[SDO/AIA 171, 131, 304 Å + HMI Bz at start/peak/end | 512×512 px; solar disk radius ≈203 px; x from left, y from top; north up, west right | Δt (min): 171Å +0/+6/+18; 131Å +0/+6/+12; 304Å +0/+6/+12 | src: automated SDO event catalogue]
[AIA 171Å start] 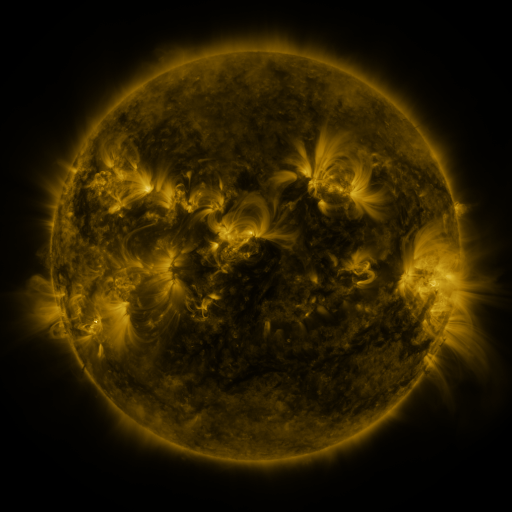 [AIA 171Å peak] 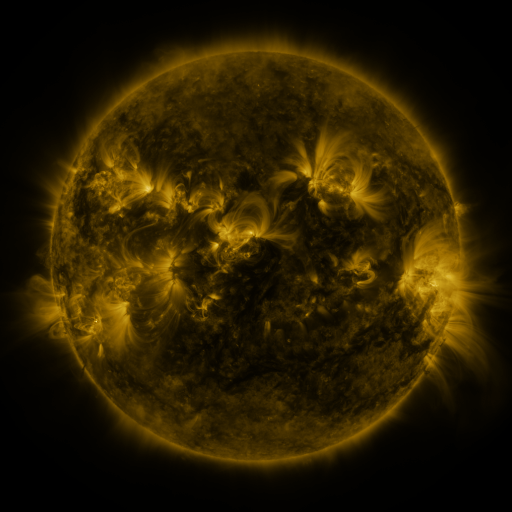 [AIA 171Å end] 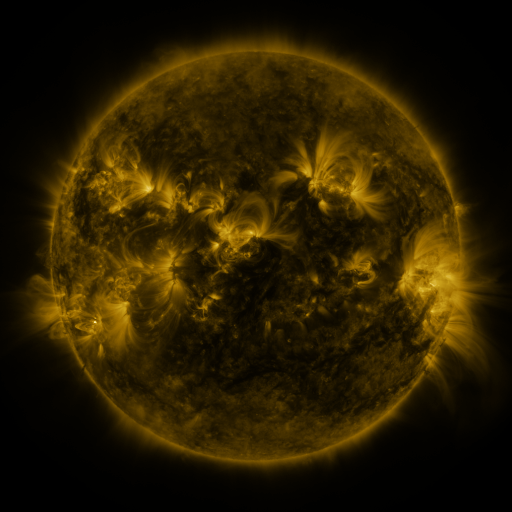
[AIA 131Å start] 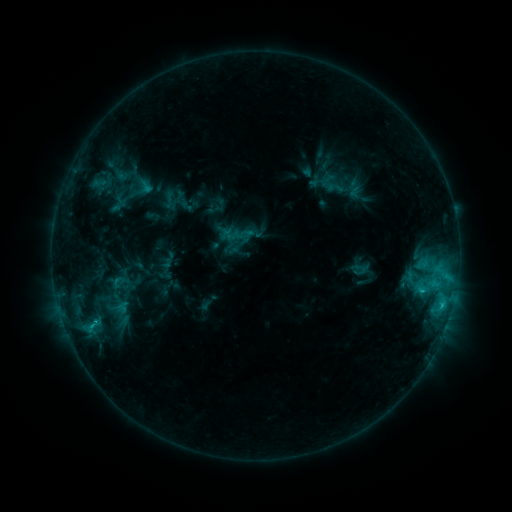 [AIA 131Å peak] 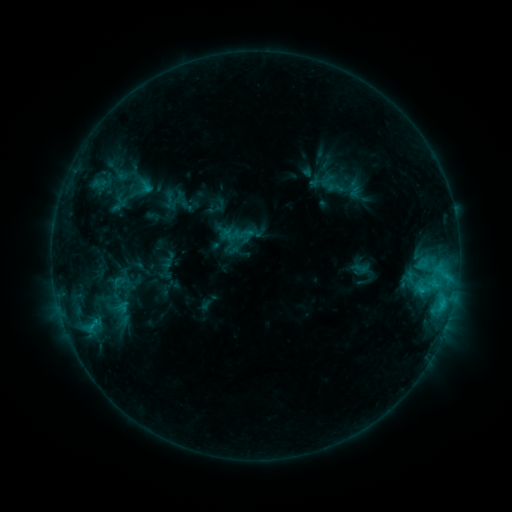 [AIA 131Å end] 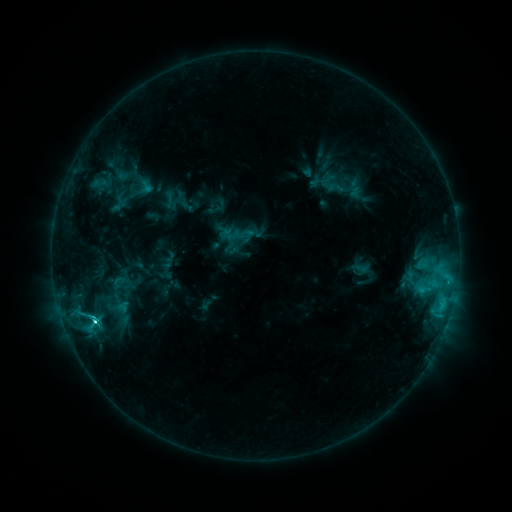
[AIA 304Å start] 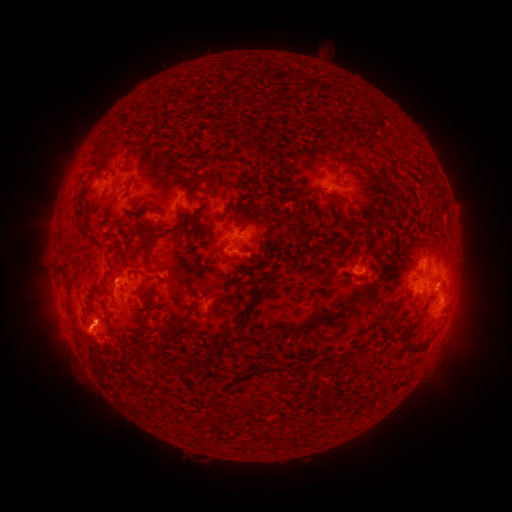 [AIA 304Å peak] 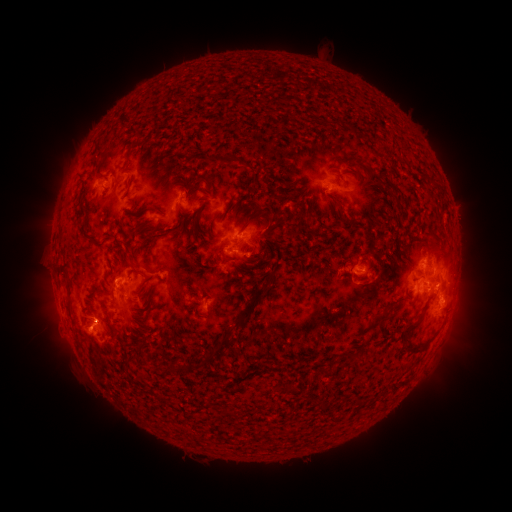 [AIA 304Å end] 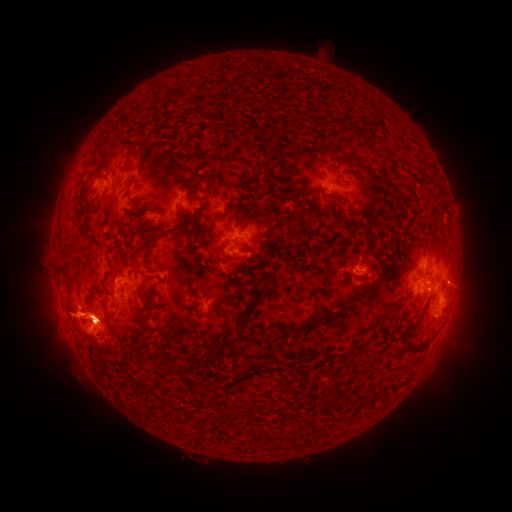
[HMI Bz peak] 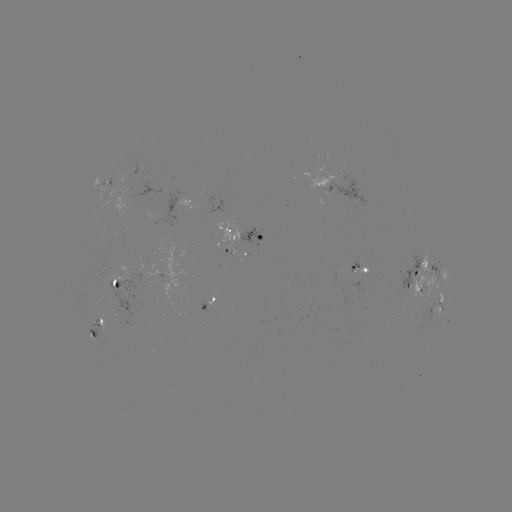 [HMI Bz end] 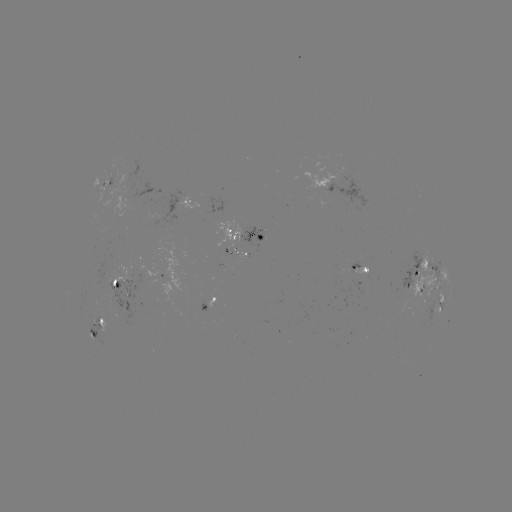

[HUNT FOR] eruption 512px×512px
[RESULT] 452,286